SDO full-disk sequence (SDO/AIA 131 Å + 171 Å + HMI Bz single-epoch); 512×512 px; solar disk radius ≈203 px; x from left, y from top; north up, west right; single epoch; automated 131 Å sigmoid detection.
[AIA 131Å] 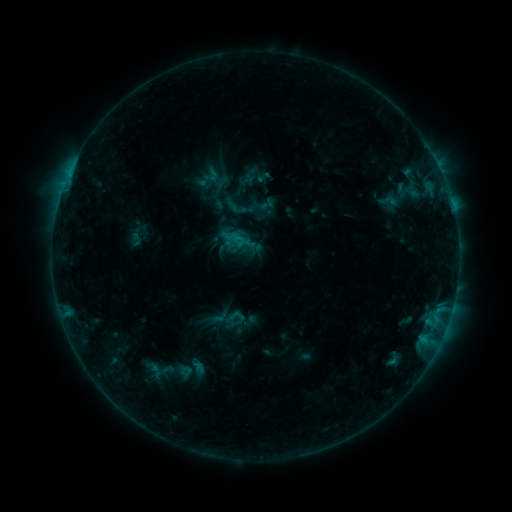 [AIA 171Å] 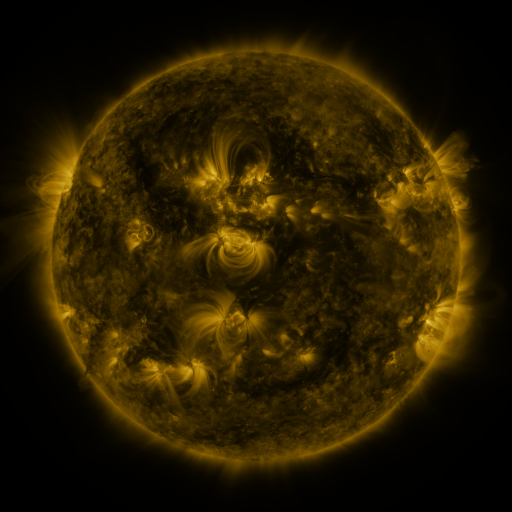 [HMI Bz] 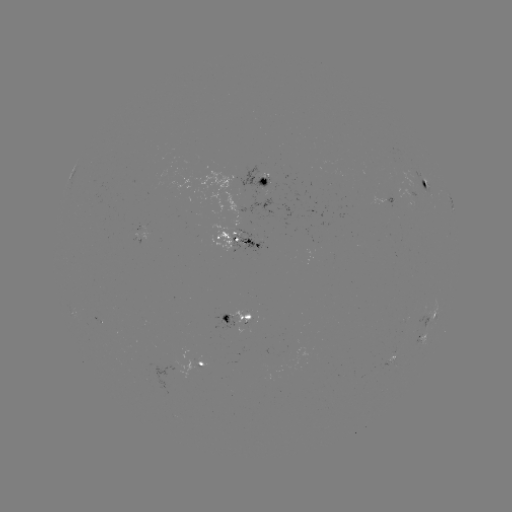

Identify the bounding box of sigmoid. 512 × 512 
[374, 191, 402, 211].